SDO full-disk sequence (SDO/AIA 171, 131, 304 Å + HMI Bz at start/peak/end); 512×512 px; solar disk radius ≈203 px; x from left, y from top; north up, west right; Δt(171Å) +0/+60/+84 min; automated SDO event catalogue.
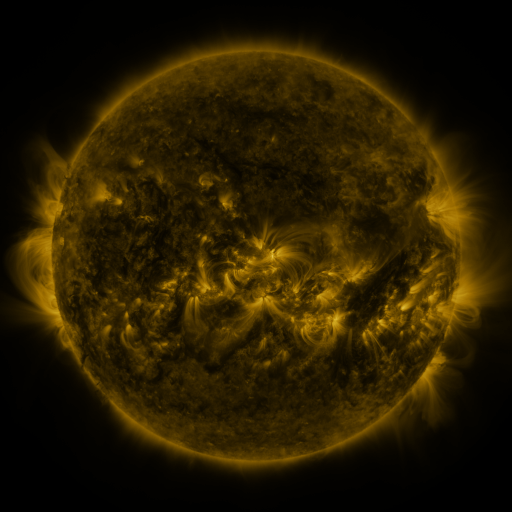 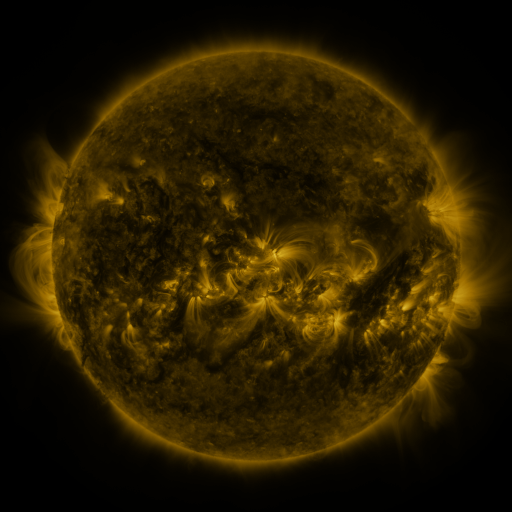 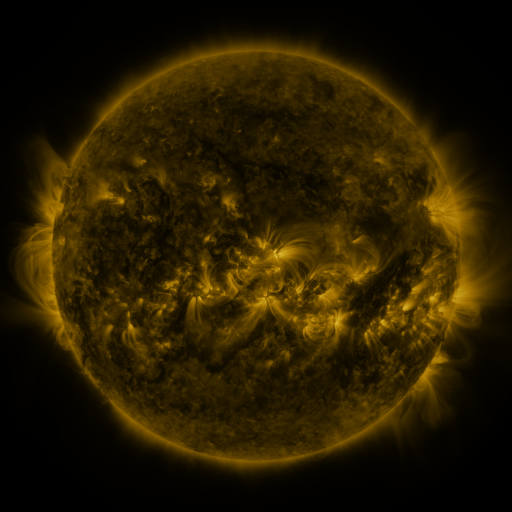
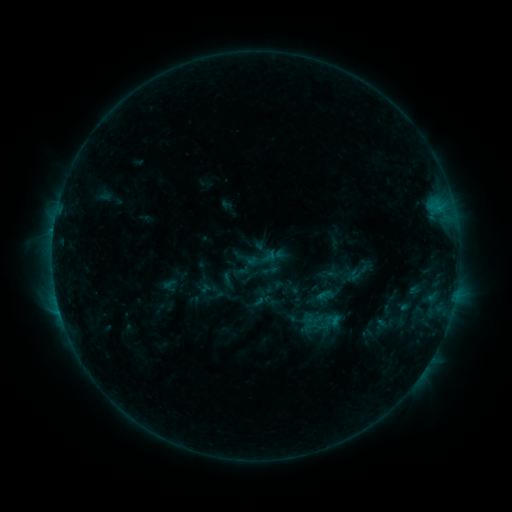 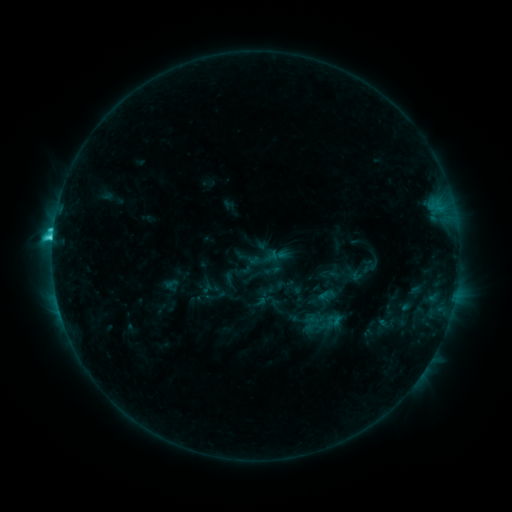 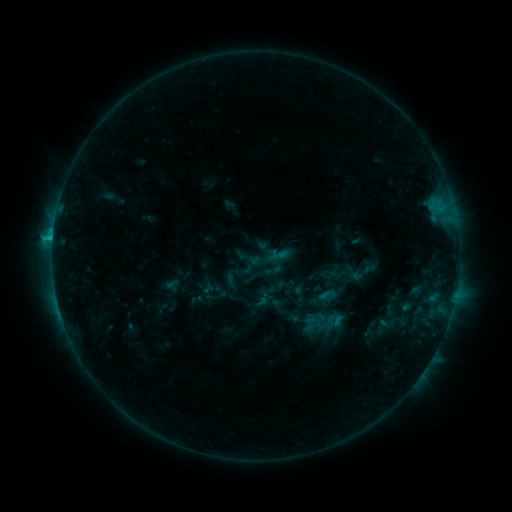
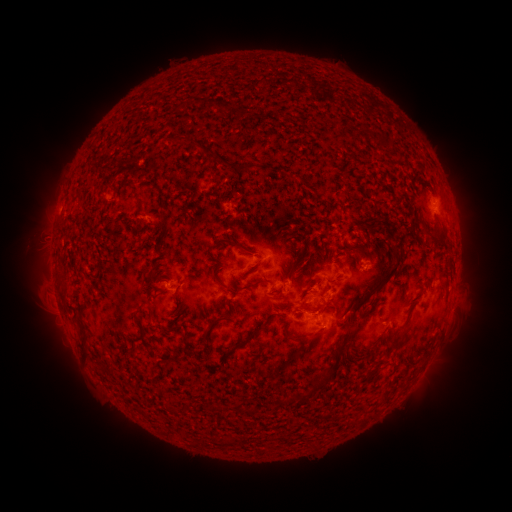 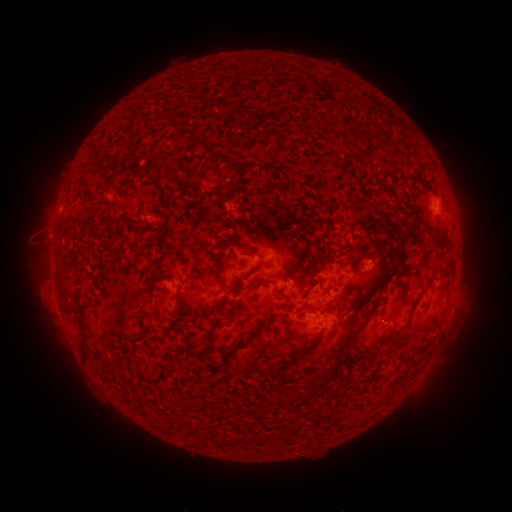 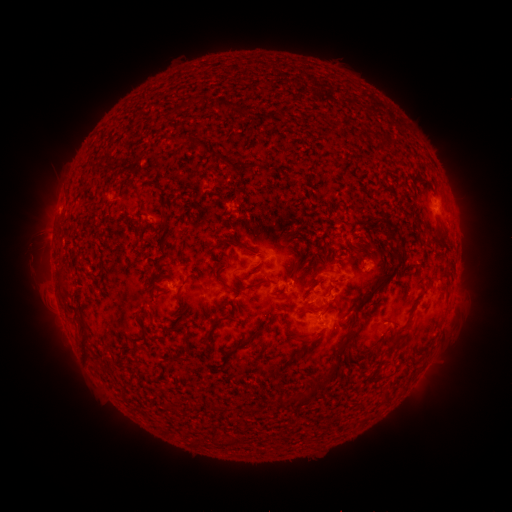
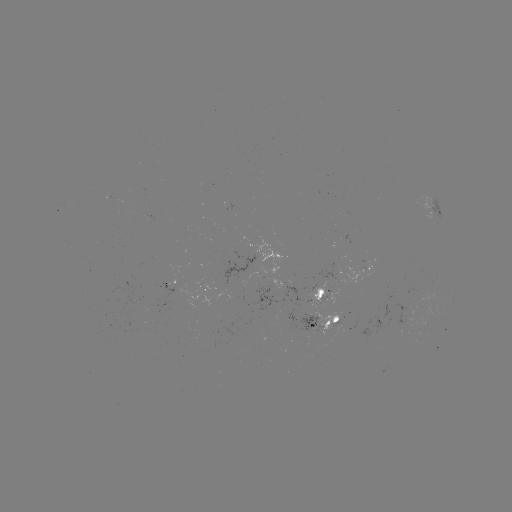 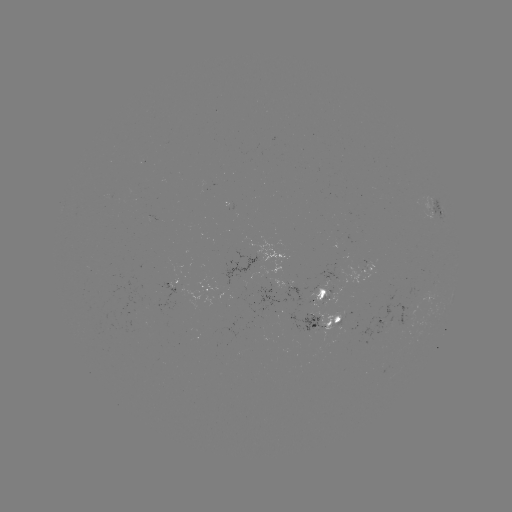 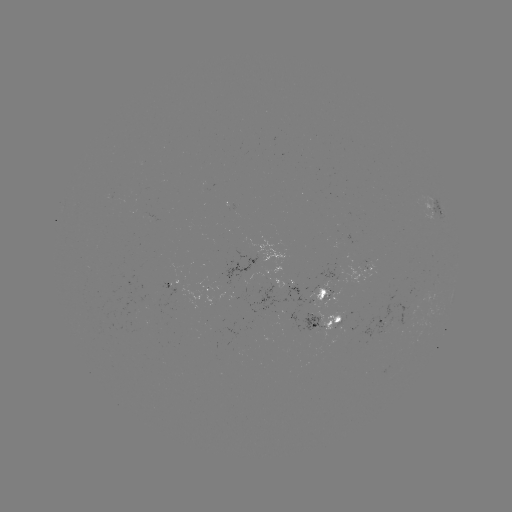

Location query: C3.2 flare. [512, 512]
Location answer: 53,238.